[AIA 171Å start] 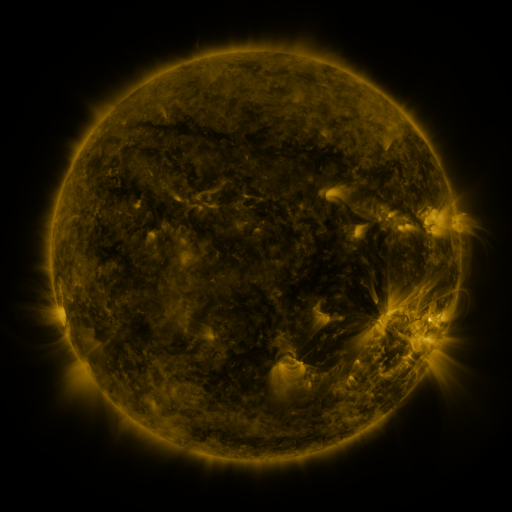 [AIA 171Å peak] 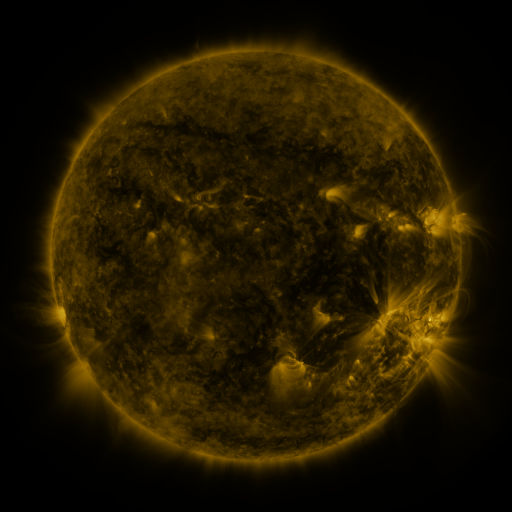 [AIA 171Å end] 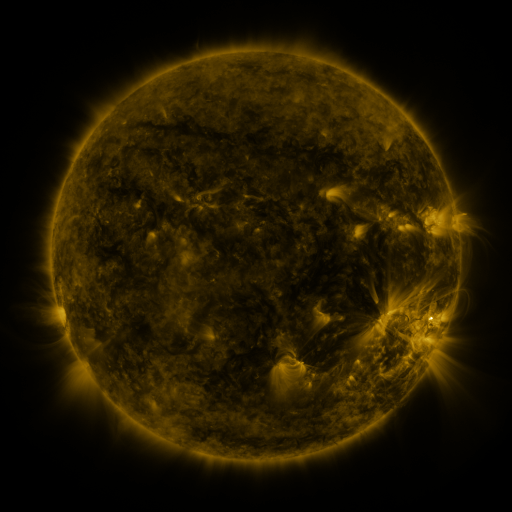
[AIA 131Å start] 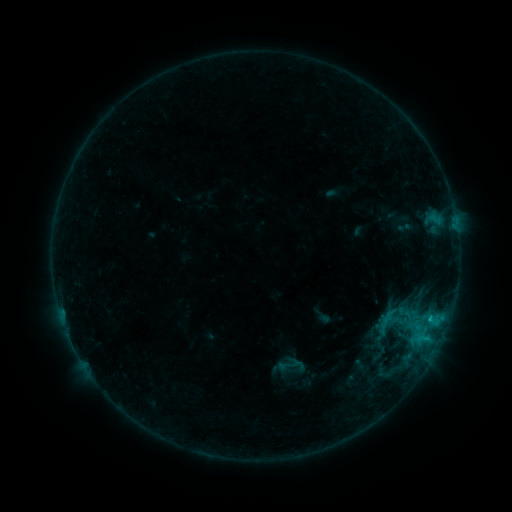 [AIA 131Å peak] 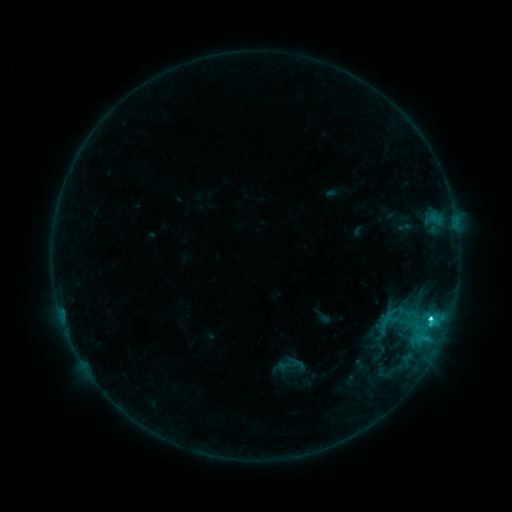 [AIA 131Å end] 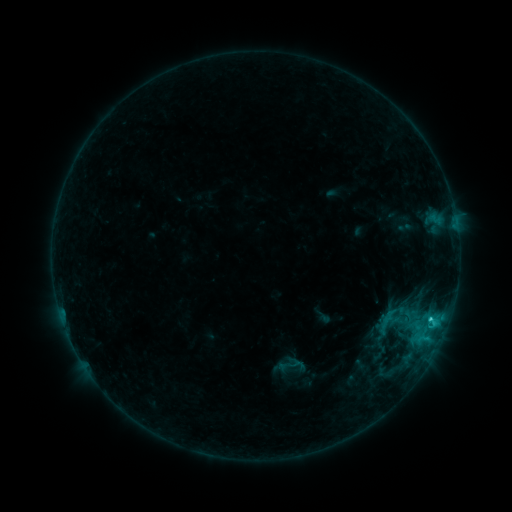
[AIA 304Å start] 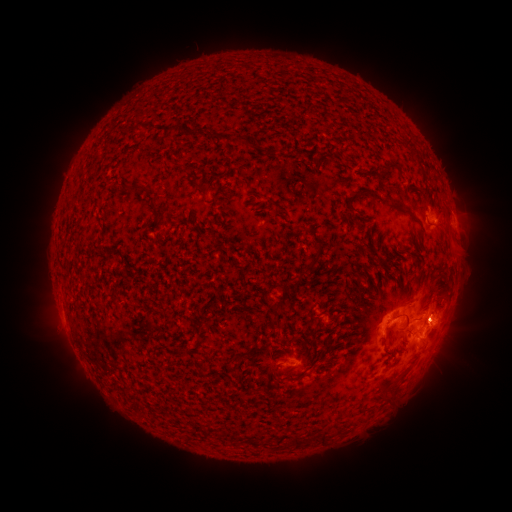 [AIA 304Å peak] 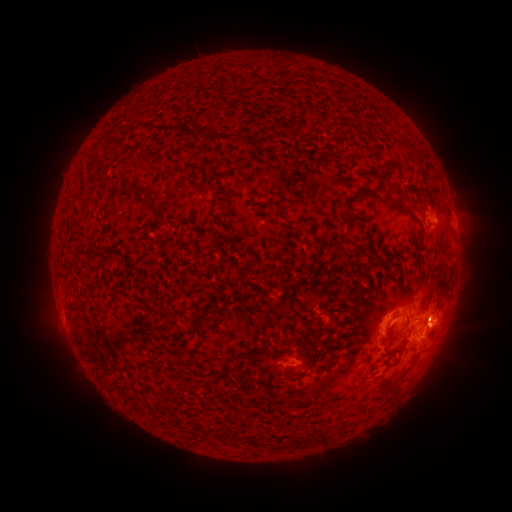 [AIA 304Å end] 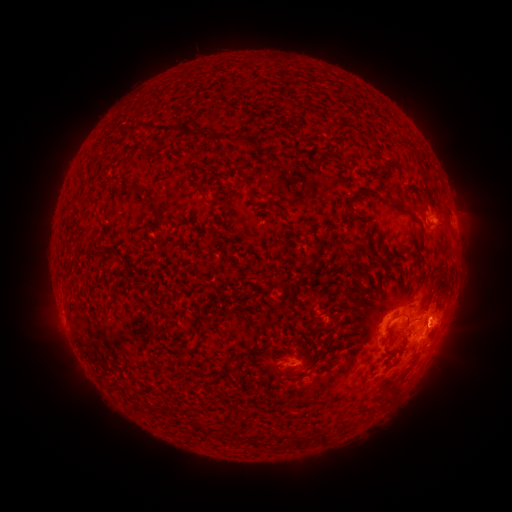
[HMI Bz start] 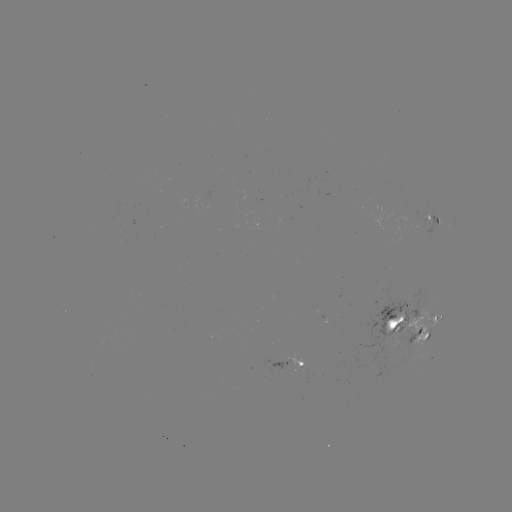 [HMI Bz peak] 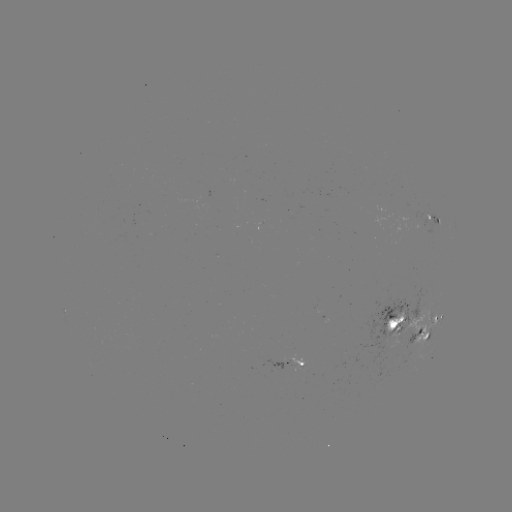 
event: flare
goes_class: C2.4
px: (430, 318)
